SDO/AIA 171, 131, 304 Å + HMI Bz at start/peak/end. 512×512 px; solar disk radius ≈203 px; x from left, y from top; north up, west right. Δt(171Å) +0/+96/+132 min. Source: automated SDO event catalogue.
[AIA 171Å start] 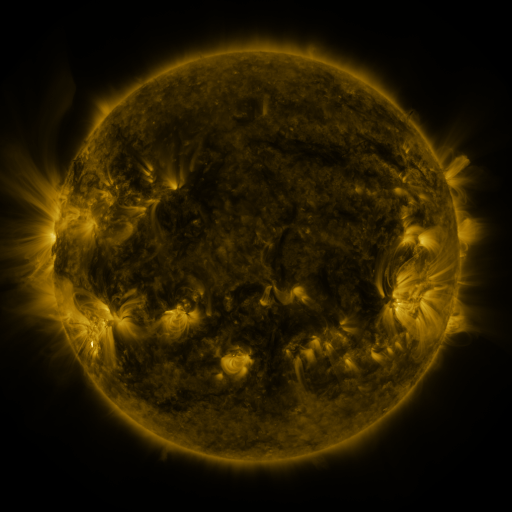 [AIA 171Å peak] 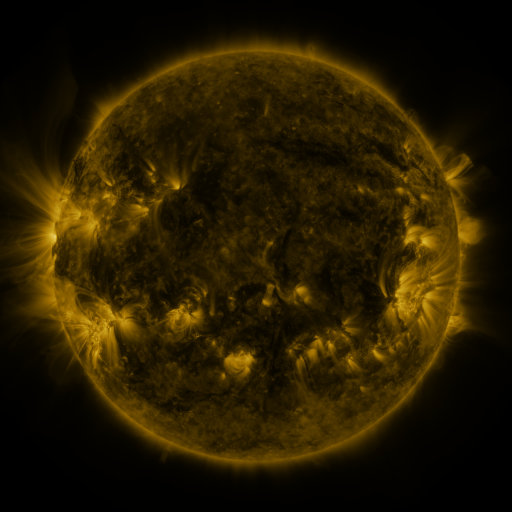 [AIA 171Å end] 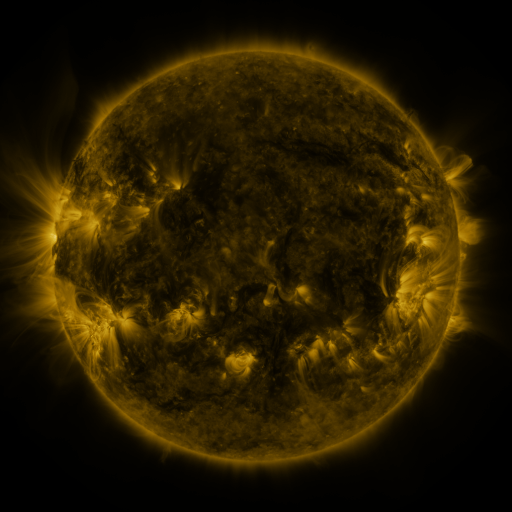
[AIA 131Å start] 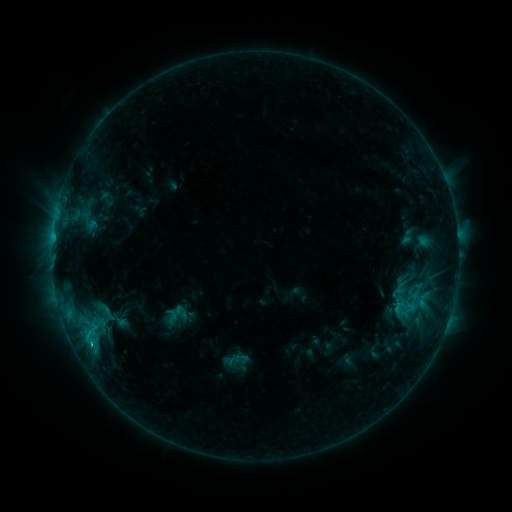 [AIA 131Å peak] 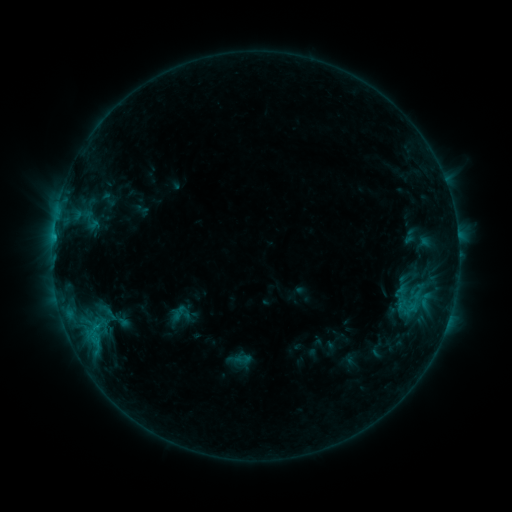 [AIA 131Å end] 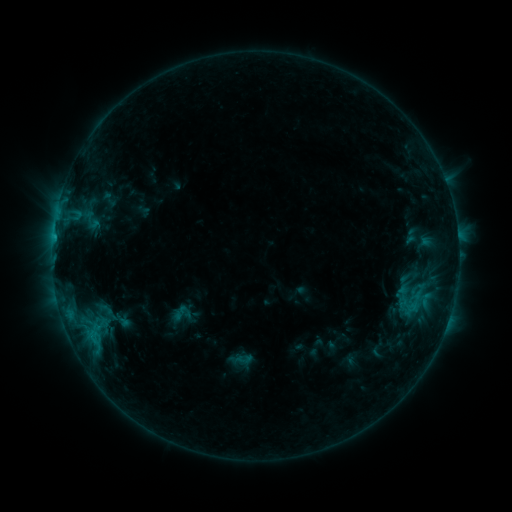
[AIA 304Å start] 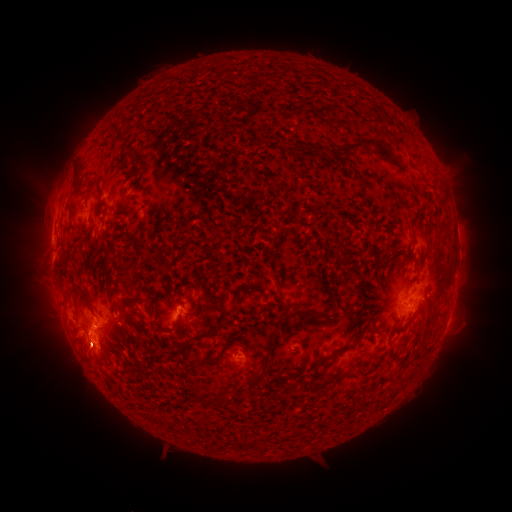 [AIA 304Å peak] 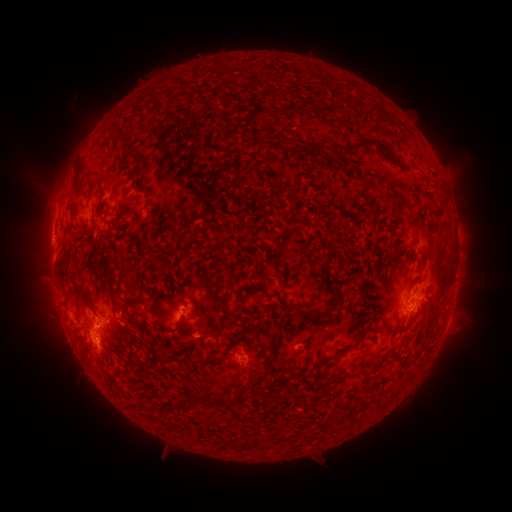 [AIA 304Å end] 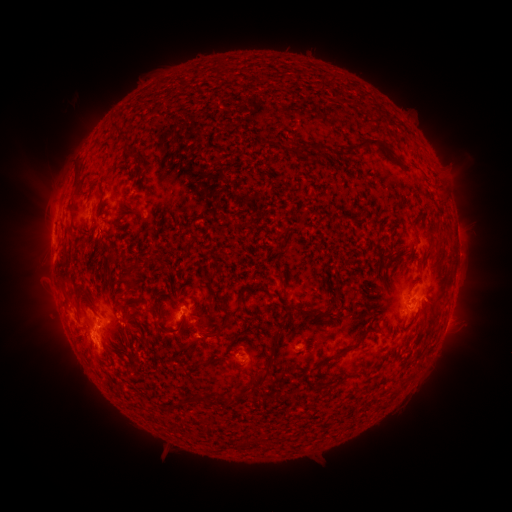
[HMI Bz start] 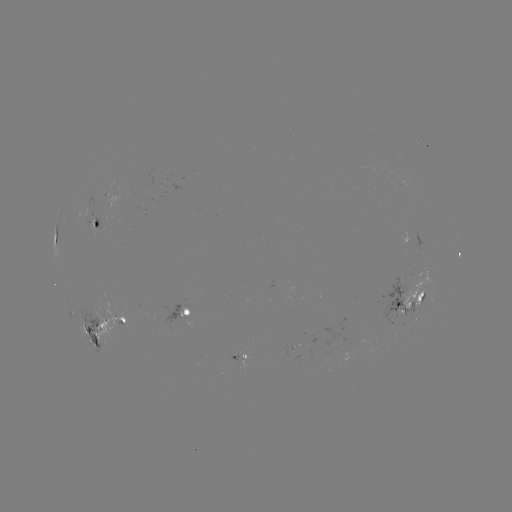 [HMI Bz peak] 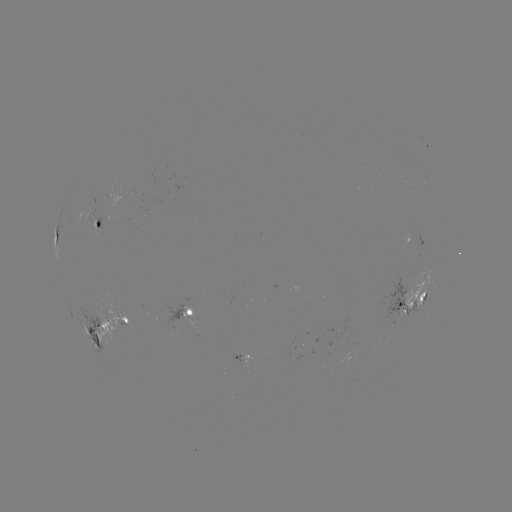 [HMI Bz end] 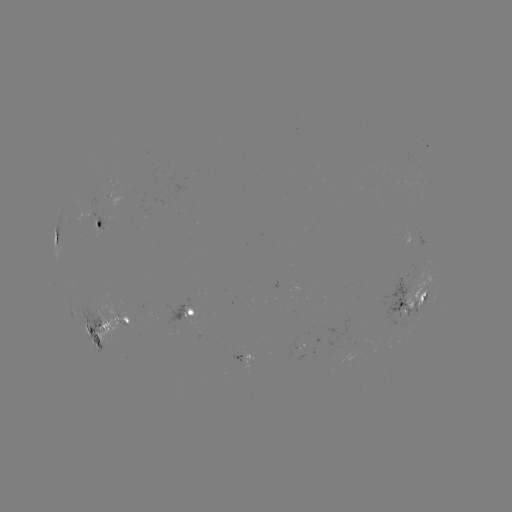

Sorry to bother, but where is emerging-flux region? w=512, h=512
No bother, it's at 192,321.